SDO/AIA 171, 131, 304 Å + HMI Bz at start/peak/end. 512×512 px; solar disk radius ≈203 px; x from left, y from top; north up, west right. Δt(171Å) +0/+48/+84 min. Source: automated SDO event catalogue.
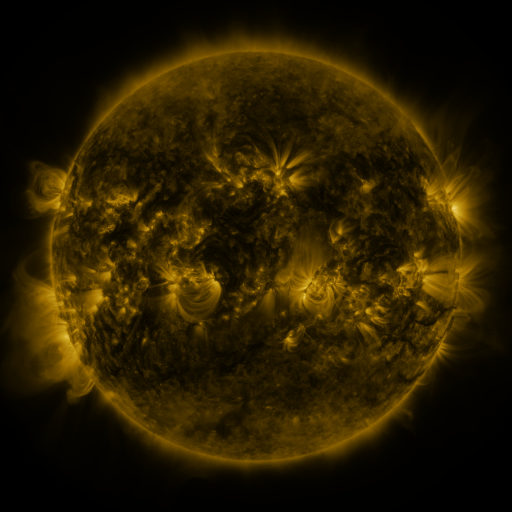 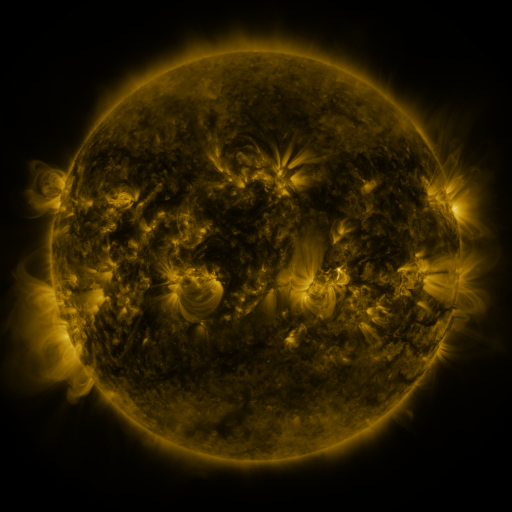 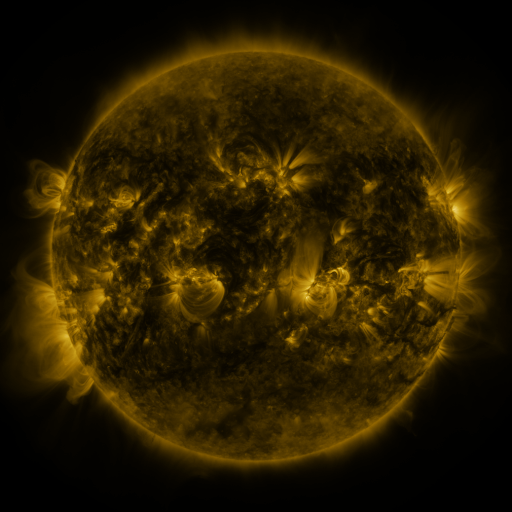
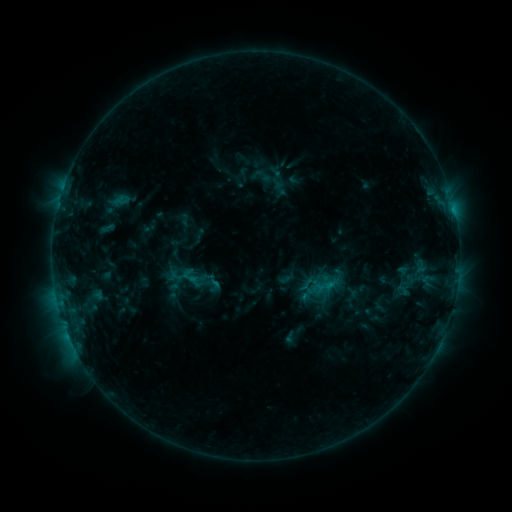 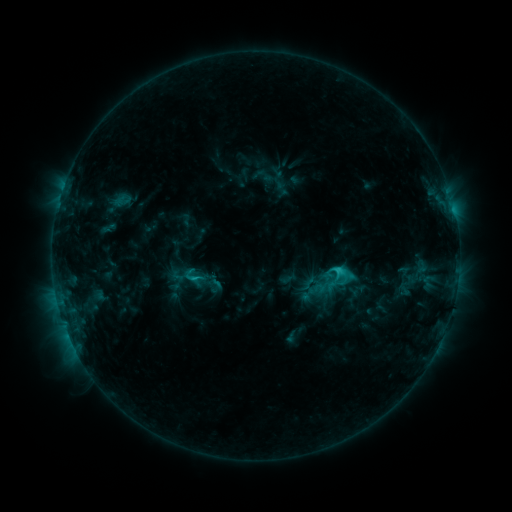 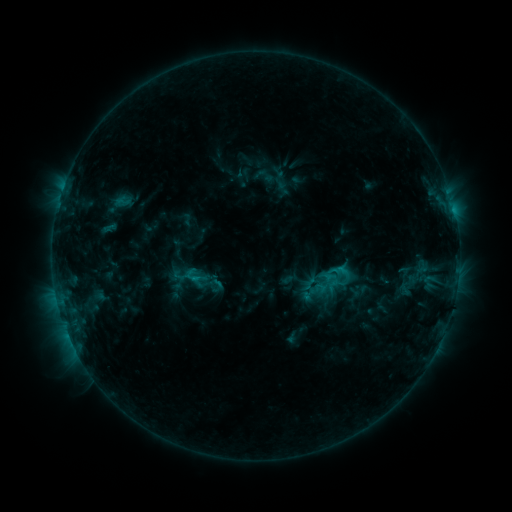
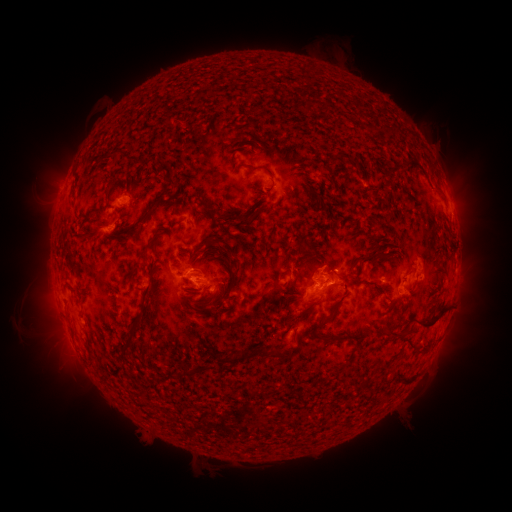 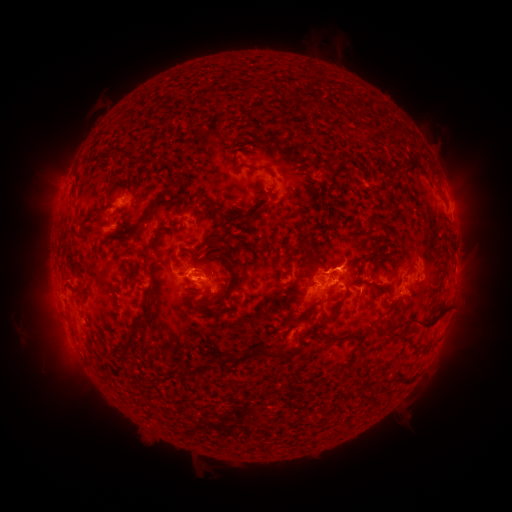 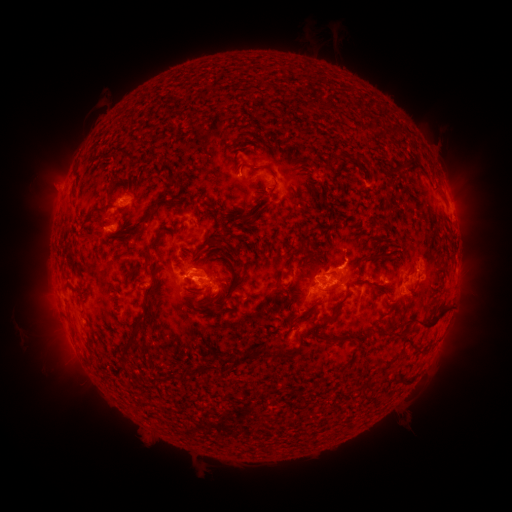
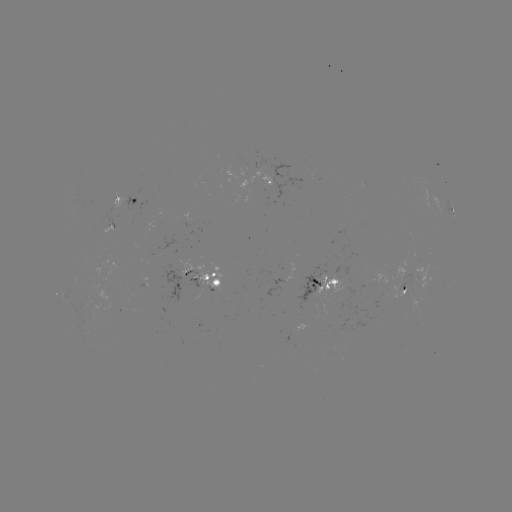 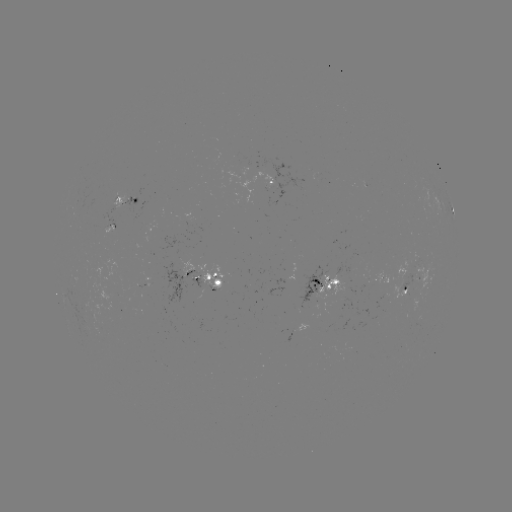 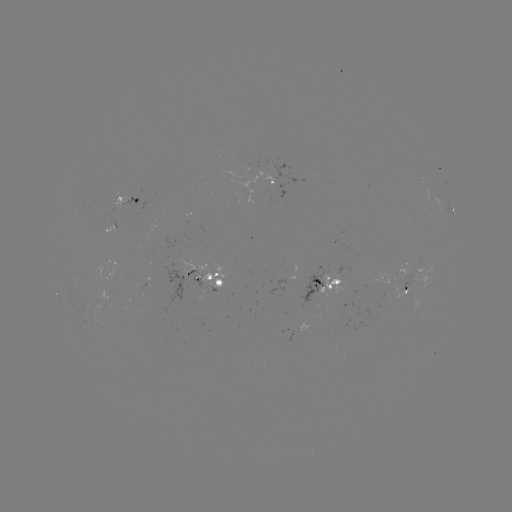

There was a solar flare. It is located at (337, 269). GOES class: C2.3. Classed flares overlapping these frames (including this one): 3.